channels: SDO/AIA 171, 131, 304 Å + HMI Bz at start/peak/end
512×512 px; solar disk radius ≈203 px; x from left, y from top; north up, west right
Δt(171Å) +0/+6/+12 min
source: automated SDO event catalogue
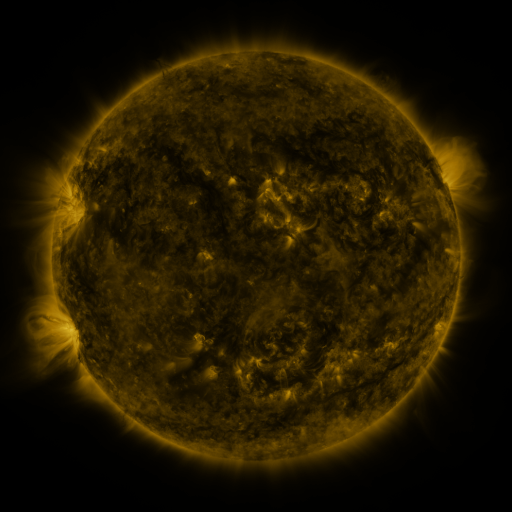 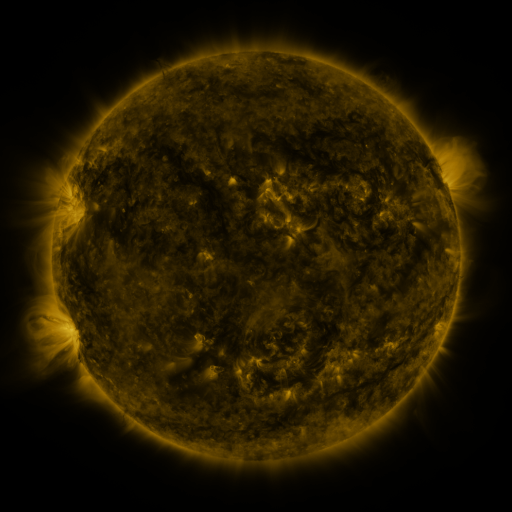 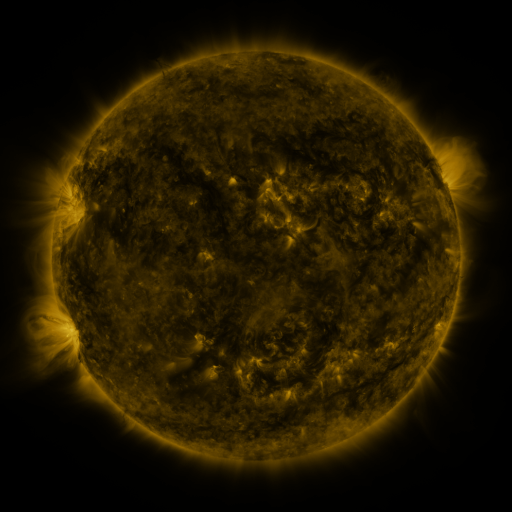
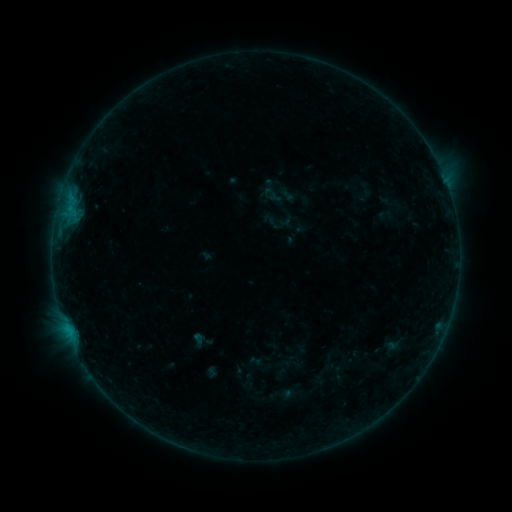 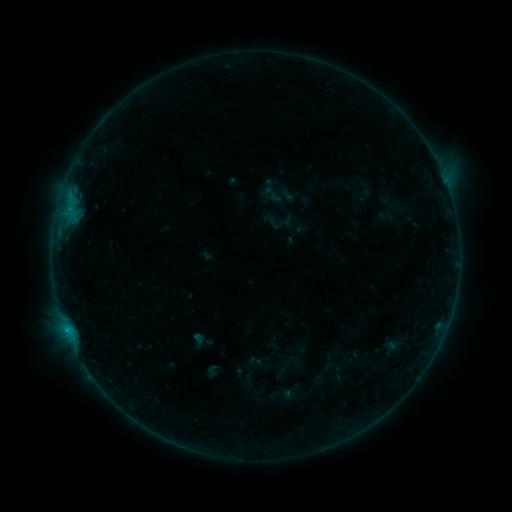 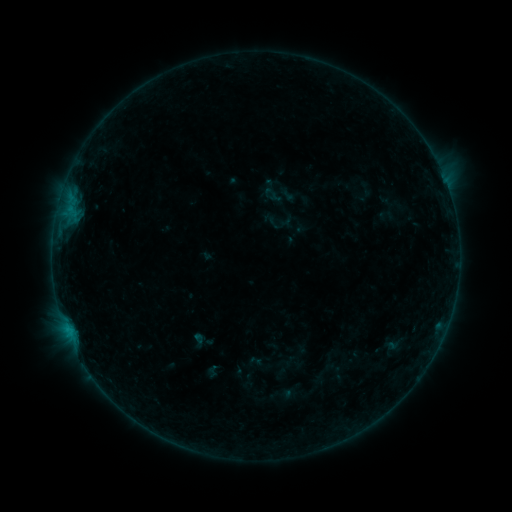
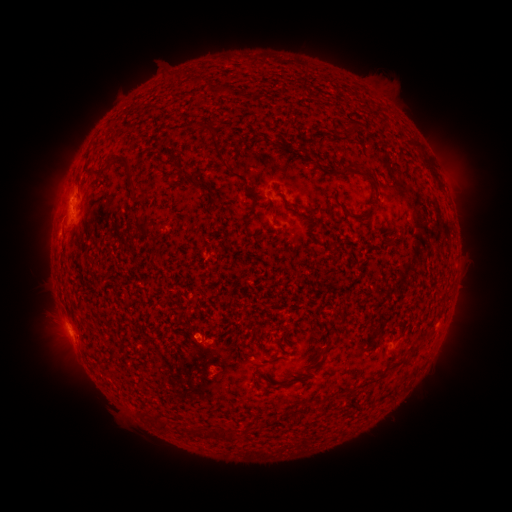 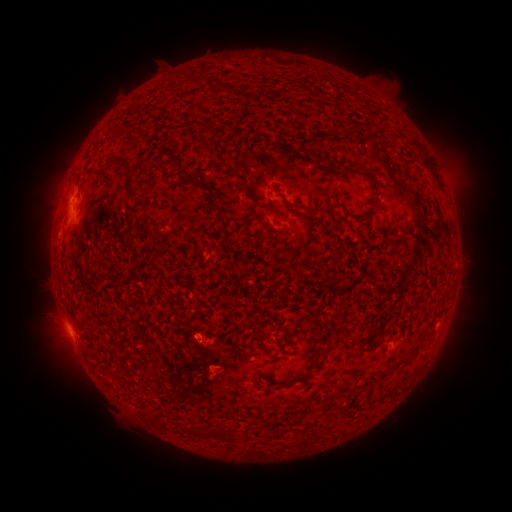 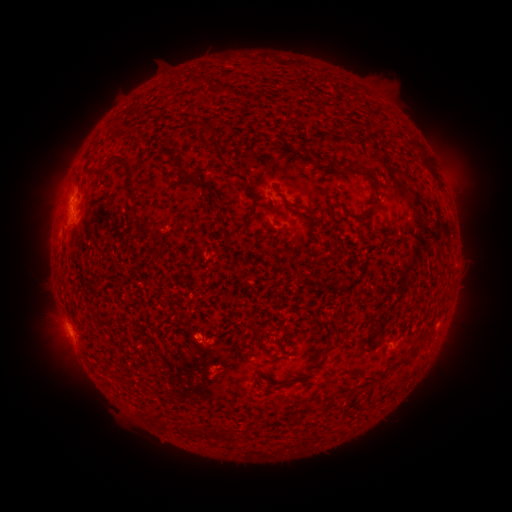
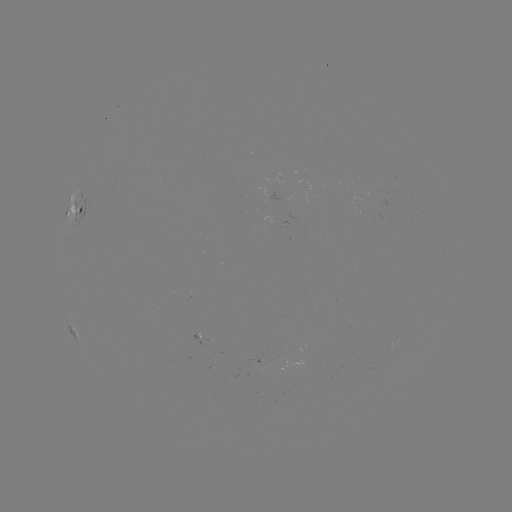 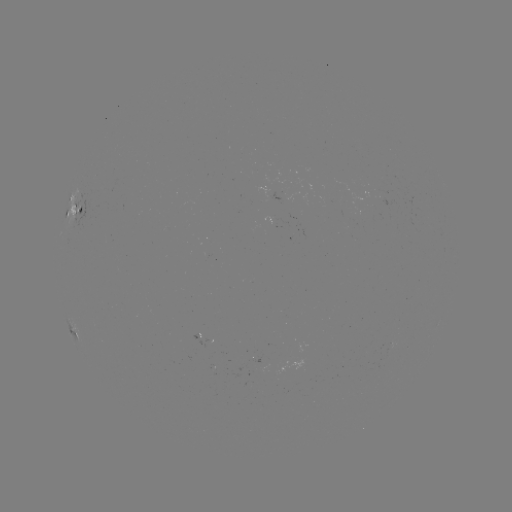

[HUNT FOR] B3.8 flare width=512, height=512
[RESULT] [66, 328]